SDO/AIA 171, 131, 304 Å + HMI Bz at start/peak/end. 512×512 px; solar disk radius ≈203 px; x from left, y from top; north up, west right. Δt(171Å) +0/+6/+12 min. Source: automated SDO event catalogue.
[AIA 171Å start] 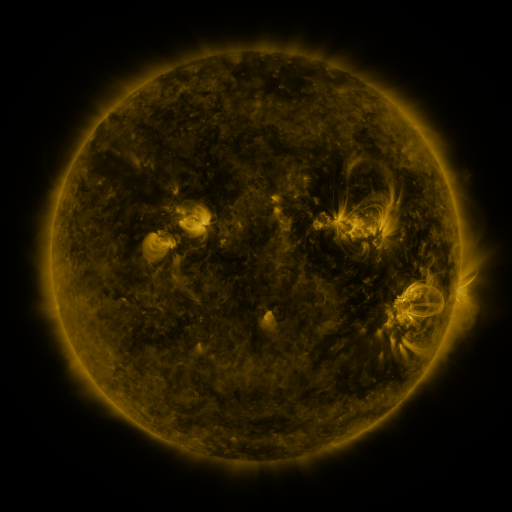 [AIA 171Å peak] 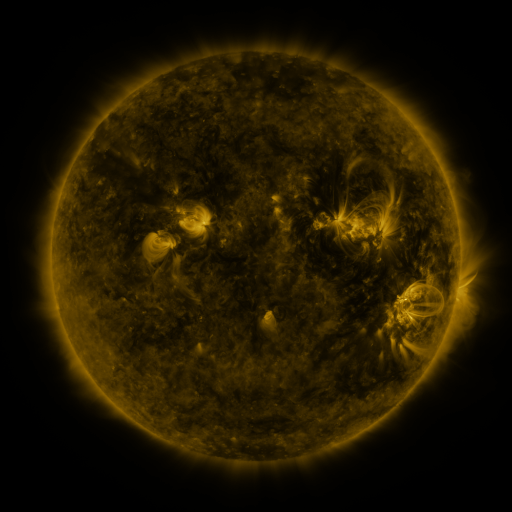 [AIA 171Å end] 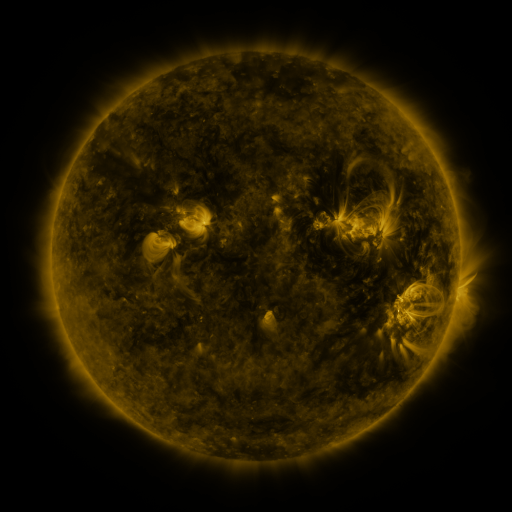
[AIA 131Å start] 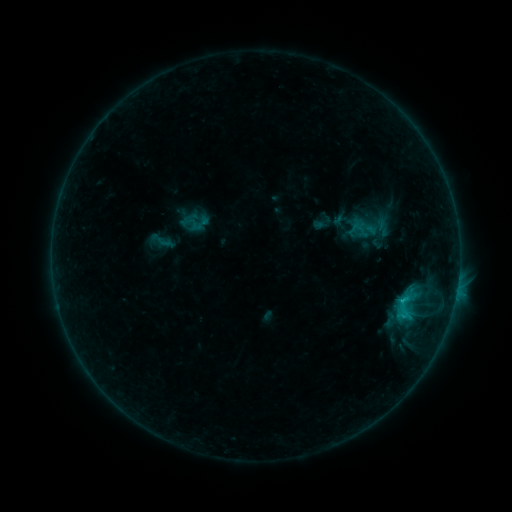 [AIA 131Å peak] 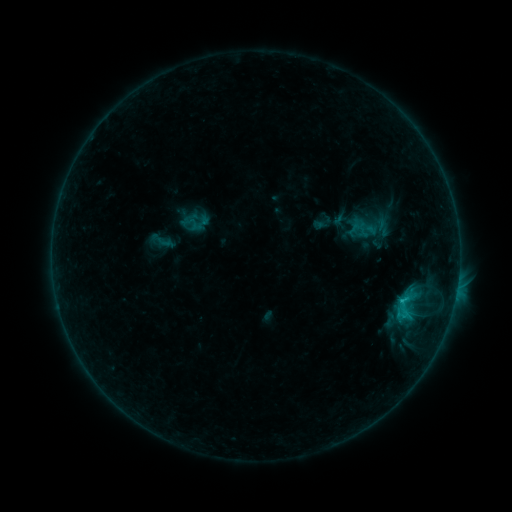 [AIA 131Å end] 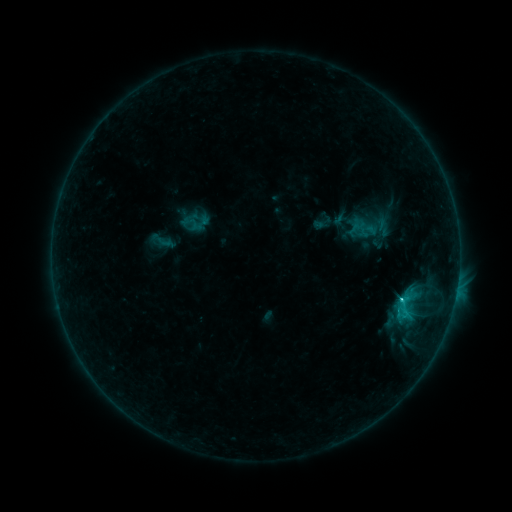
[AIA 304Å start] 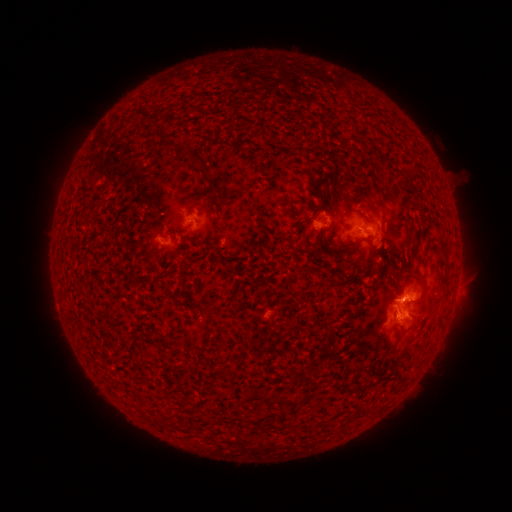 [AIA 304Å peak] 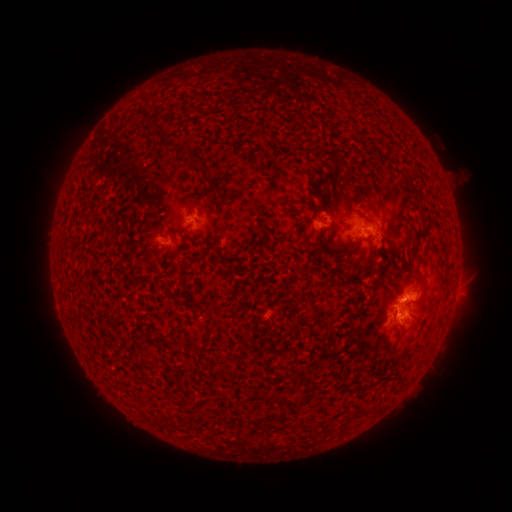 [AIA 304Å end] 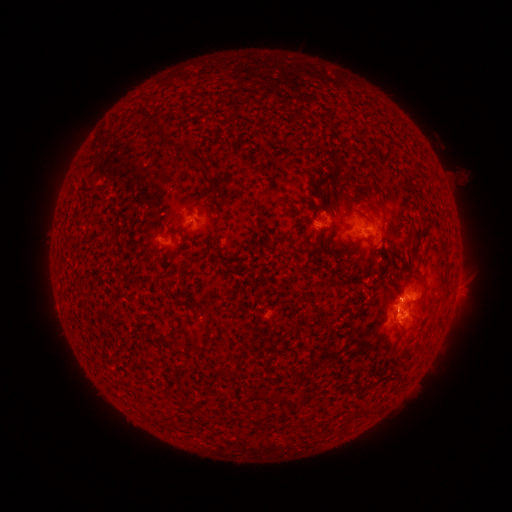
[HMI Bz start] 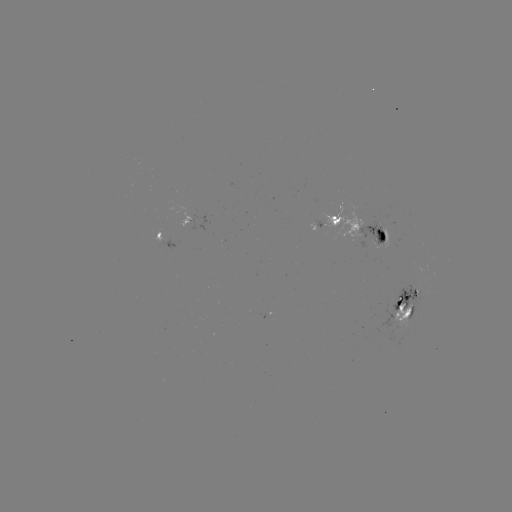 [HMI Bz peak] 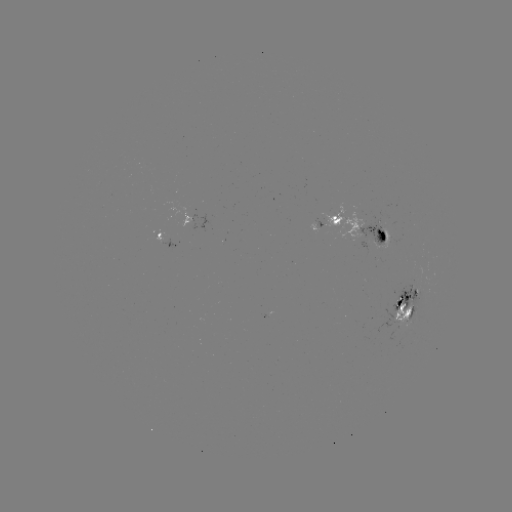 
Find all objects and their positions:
C2.3 flare: (399, 298)
